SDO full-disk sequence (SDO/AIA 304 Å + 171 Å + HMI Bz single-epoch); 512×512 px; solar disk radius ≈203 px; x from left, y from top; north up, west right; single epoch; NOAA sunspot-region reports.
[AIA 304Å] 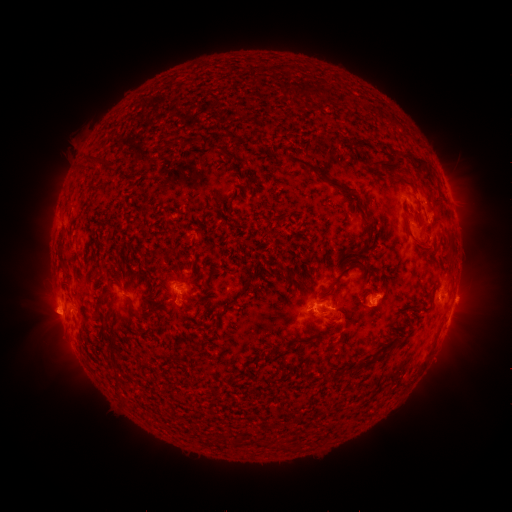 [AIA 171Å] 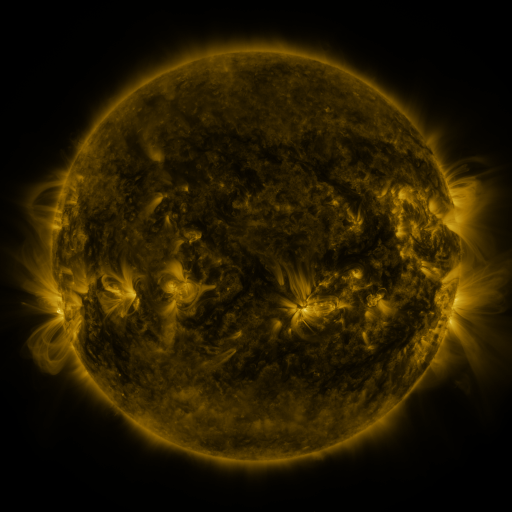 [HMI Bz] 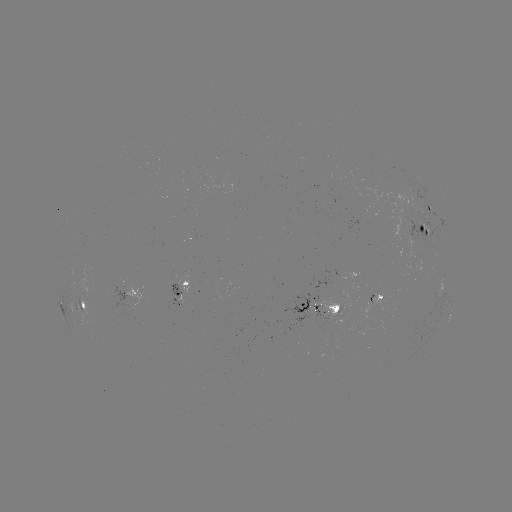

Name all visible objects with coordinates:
spotted active region: (431, 207)
spotted active region: (425, 231)
spotted active region: (196, 236)
spotted active region: (180, 289)
spotted active region: (444, 289)
spotted active region: (127, 290)
spotted active region: (82, 306)
spotted active region: (319, 307)
spotted active region: (450, 315)
